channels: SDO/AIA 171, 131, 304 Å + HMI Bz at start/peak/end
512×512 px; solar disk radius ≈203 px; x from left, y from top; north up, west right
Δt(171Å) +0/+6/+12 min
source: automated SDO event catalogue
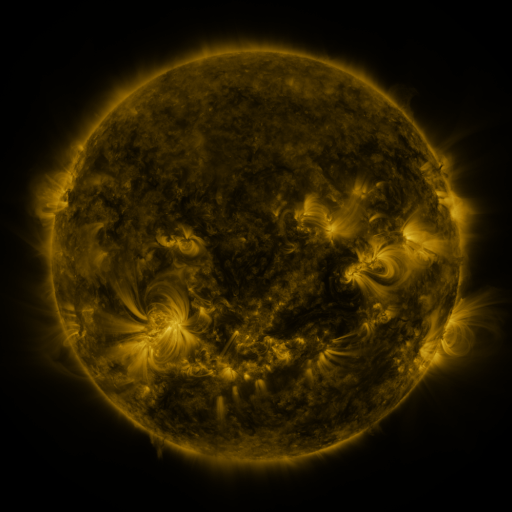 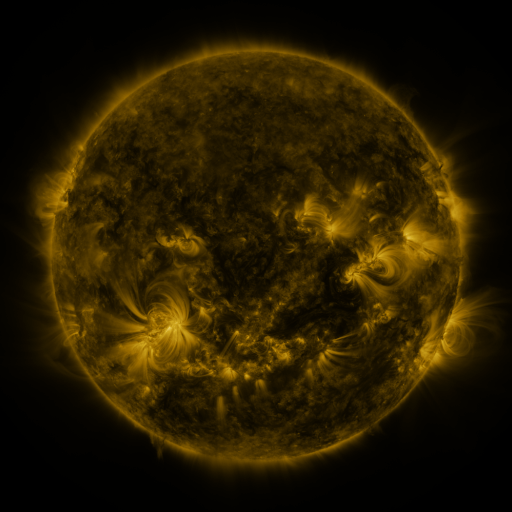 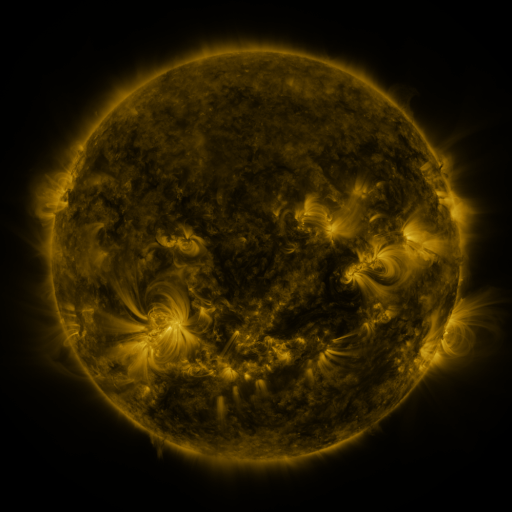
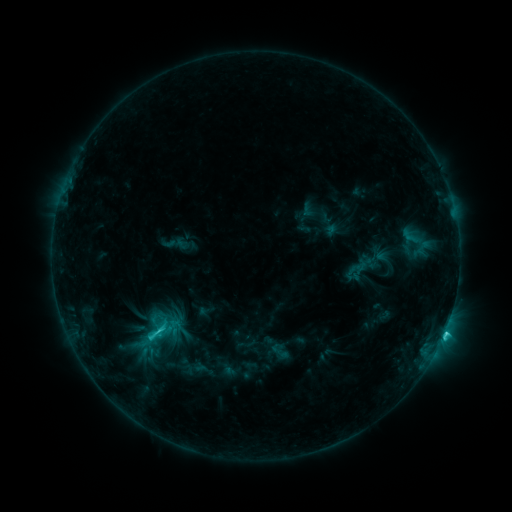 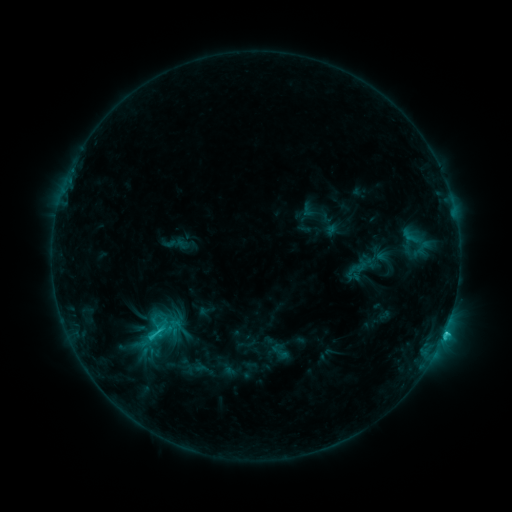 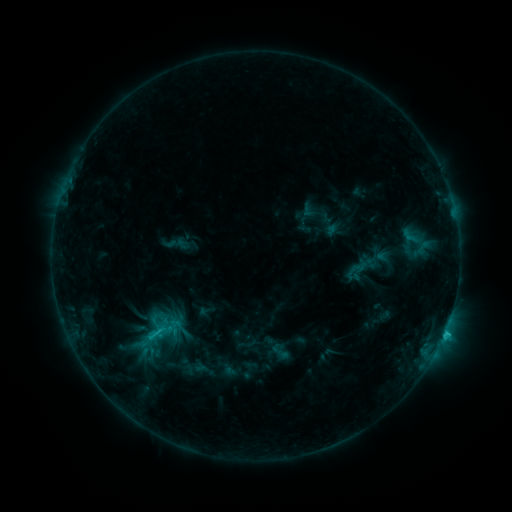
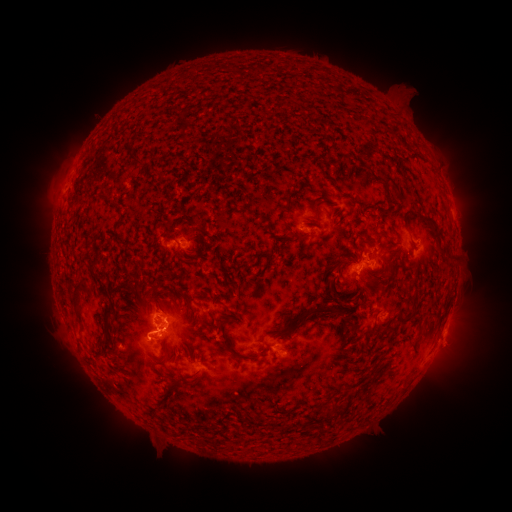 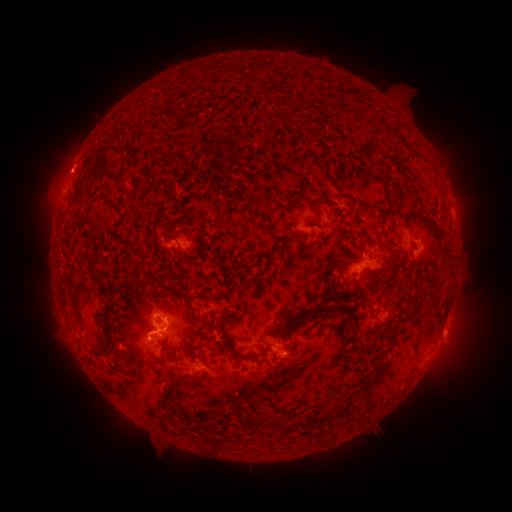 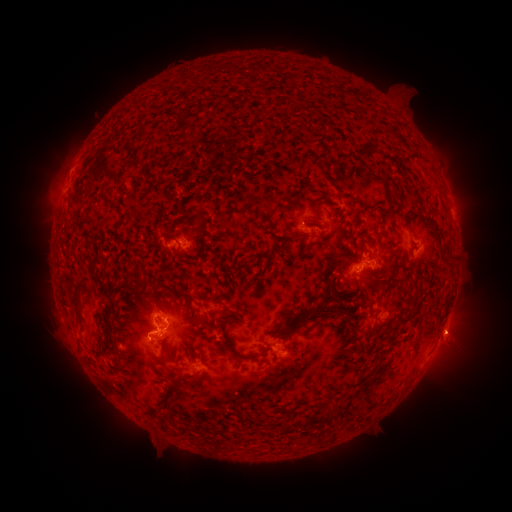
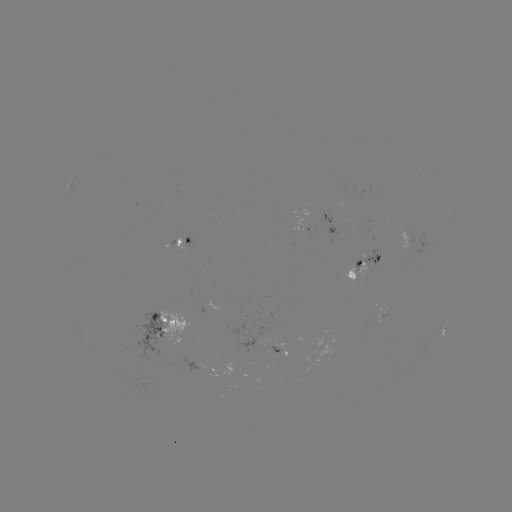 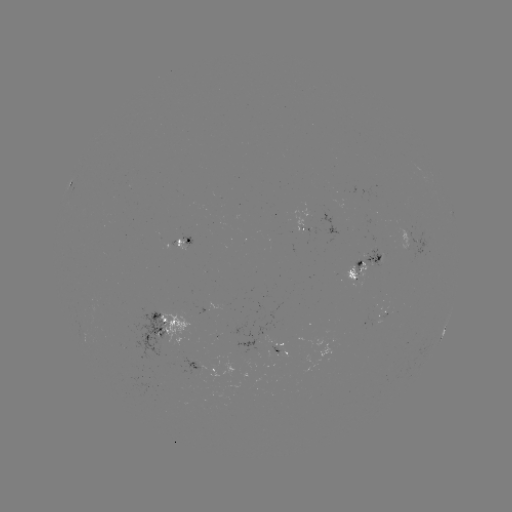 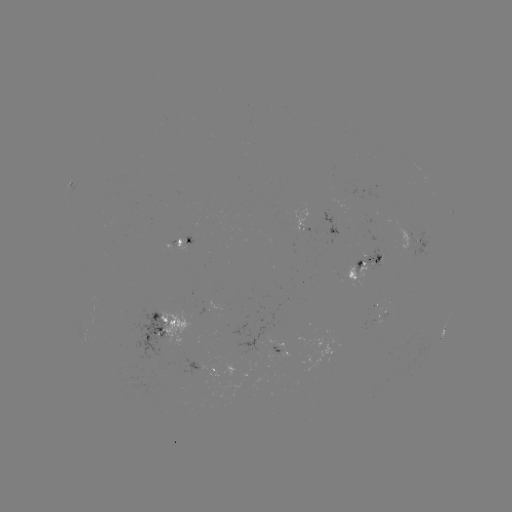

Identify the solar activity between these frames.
eruption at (455, 337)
